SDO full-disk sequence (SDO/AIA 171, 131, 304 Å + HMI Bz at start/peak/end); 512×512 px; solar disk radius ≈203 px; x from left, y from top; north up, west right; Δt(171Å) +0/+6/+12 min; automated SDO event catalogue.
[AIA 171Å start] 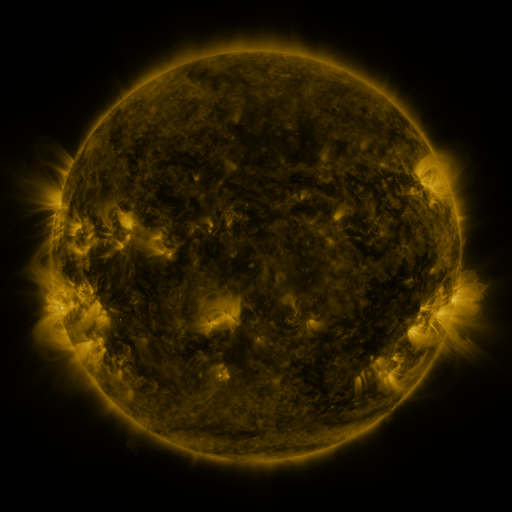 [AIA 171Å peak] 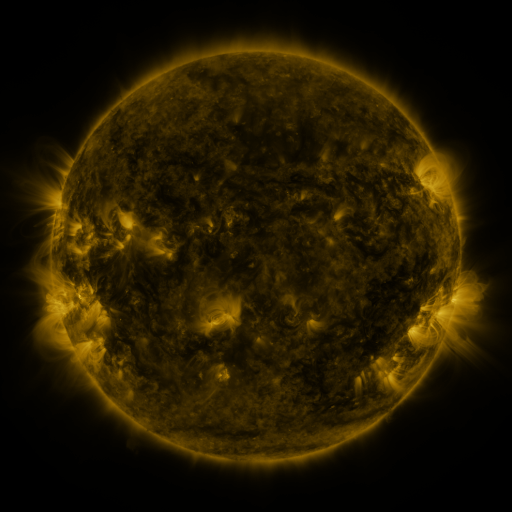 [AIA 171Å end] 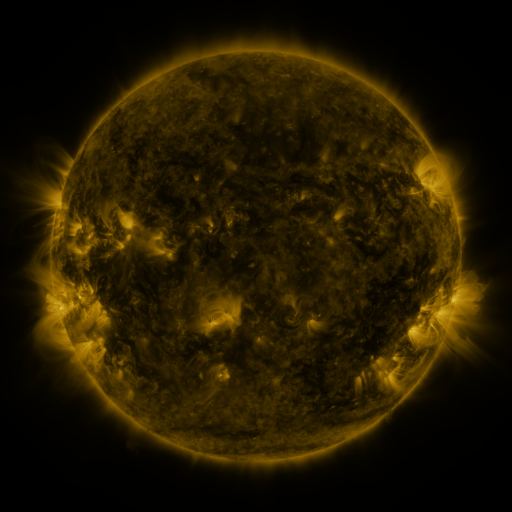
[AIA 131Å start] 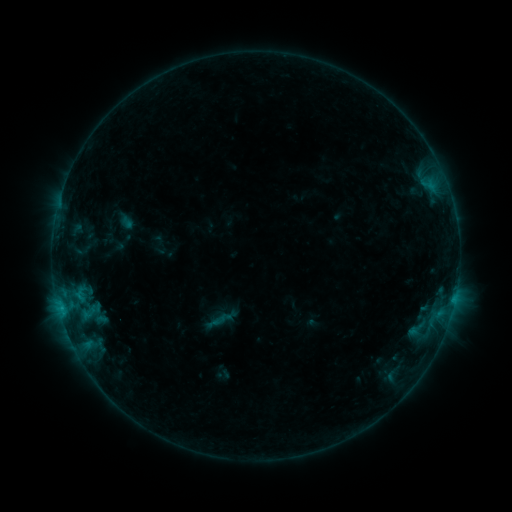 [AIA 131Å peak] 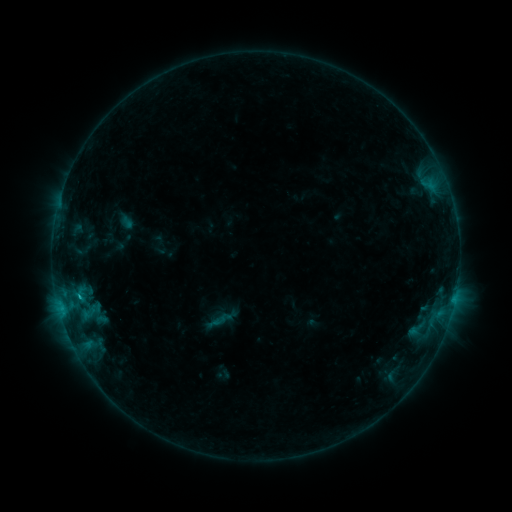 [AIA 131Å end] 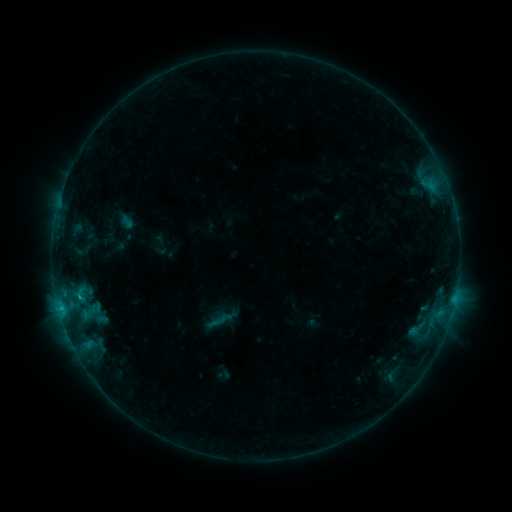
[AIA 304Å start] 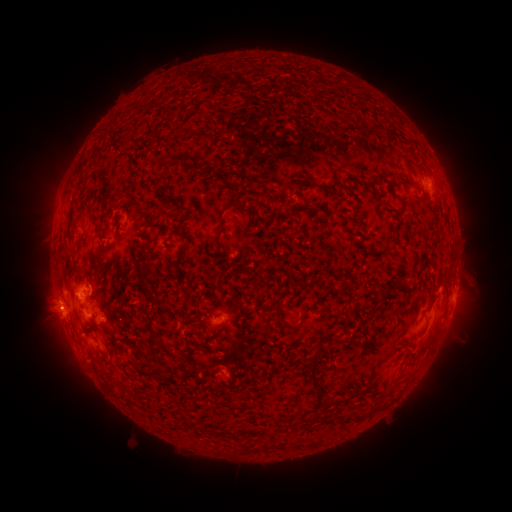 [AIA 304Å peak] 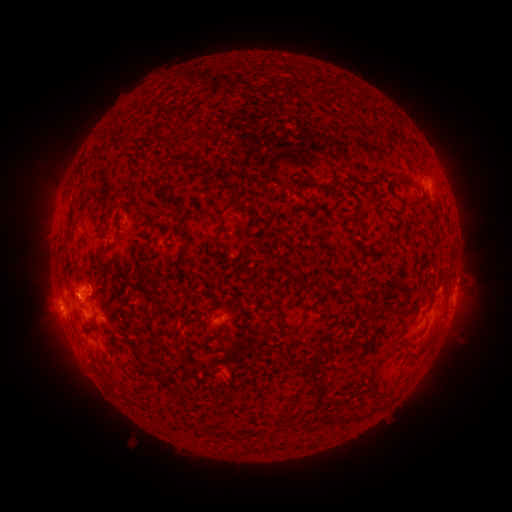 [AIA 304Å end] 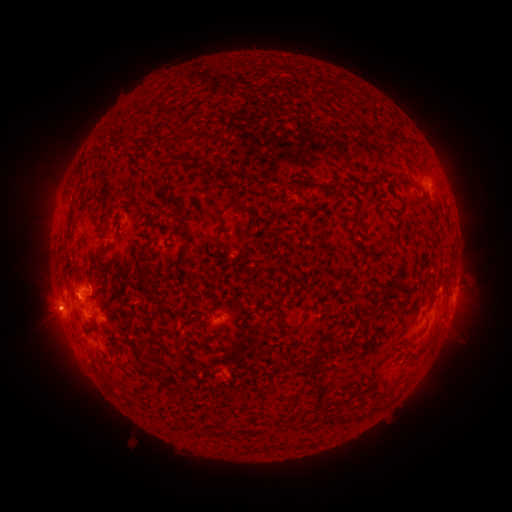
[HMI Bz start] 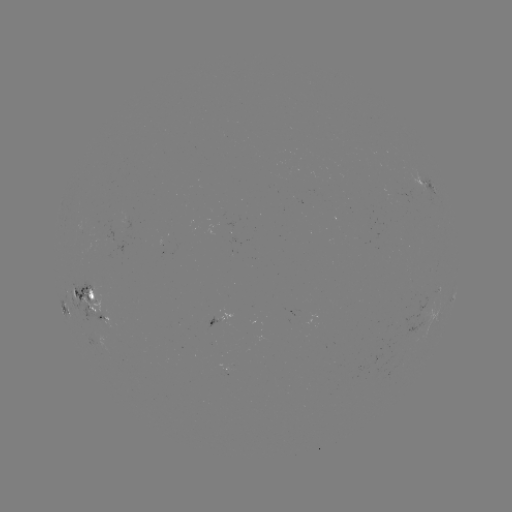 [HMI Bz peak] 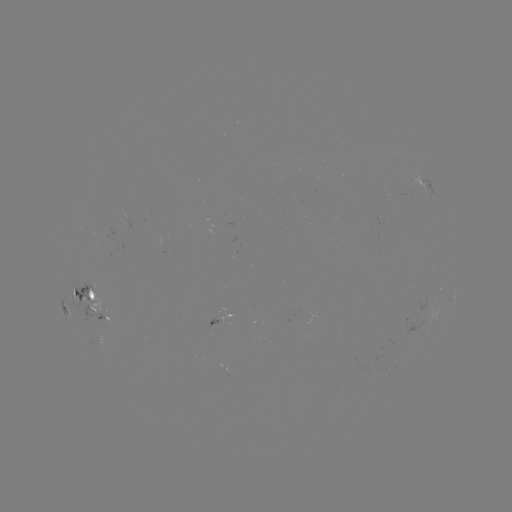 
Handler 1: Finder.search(B9.3 flare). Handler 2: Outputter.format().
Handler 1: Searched B9.3 flare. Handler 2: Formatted (80, 293).